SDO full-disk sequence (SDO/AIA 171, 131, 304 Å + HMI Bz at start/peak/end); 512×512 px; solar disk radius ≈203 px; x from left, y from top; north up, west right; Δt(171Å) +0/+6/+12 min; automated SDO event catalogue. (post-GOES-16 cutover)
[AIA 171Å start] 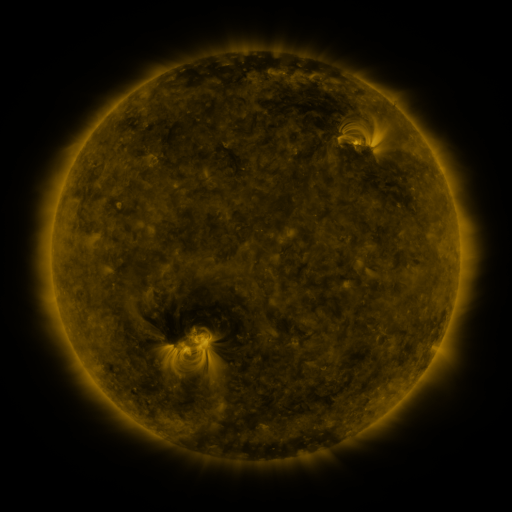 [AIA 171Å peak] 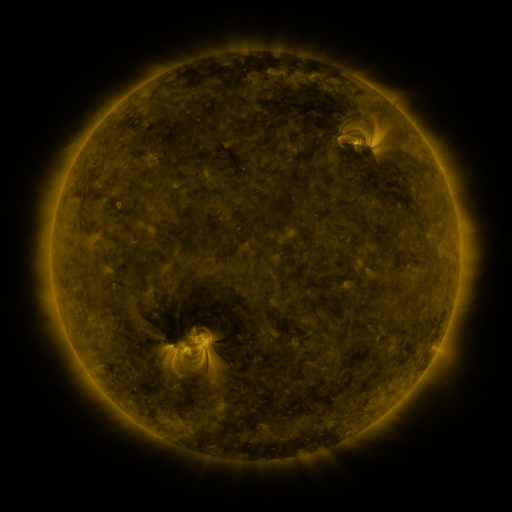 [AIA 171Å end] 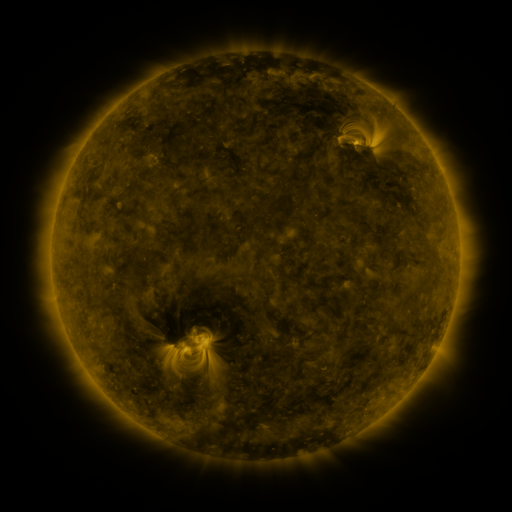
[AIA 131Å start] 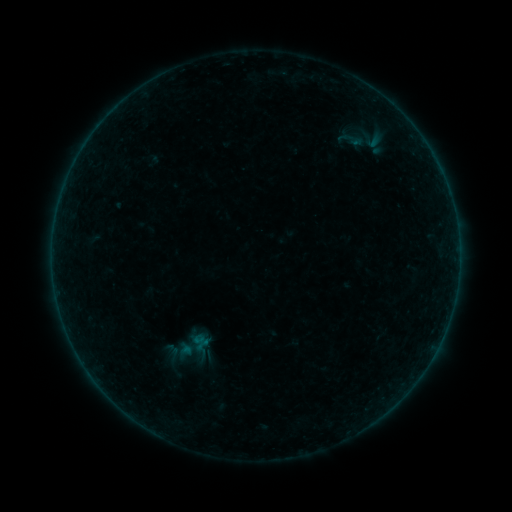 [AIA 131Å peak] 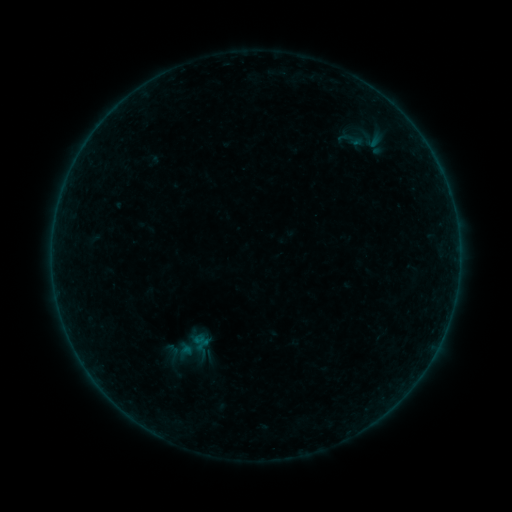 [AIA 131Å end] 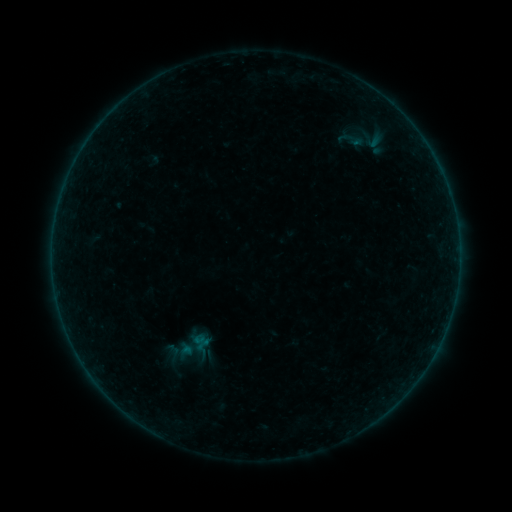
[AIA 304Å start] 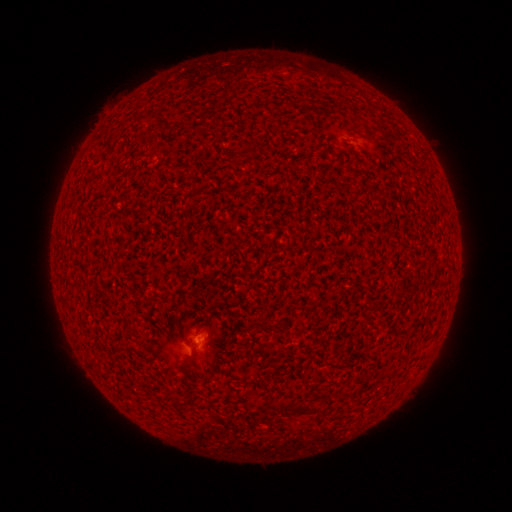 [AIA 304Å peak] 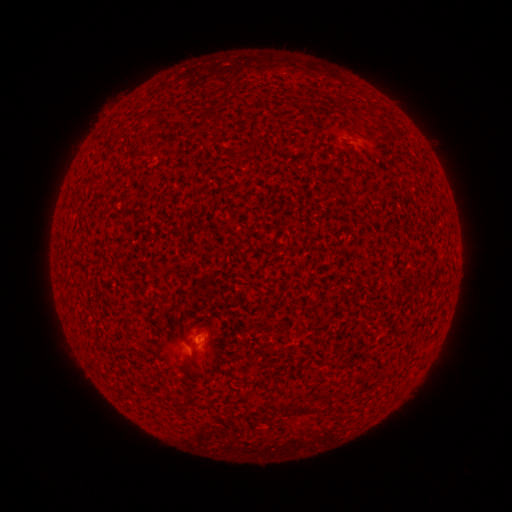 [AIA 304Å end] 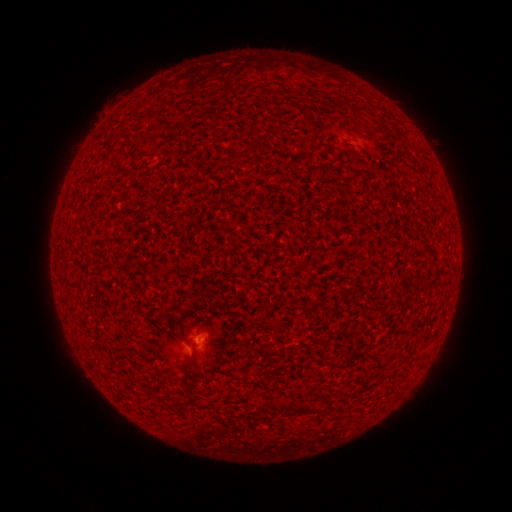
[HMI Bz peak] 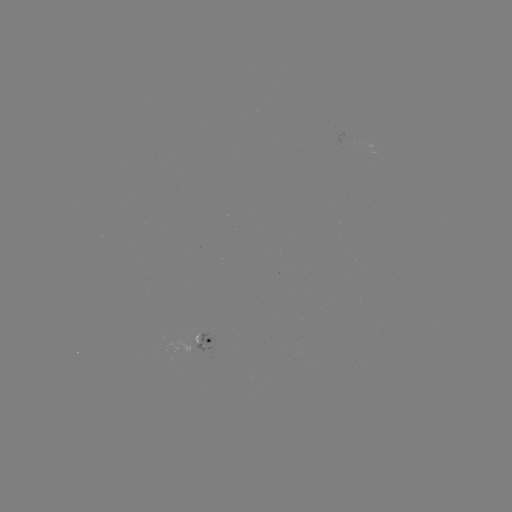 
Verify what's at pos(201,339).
A6.2 flare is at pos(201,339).